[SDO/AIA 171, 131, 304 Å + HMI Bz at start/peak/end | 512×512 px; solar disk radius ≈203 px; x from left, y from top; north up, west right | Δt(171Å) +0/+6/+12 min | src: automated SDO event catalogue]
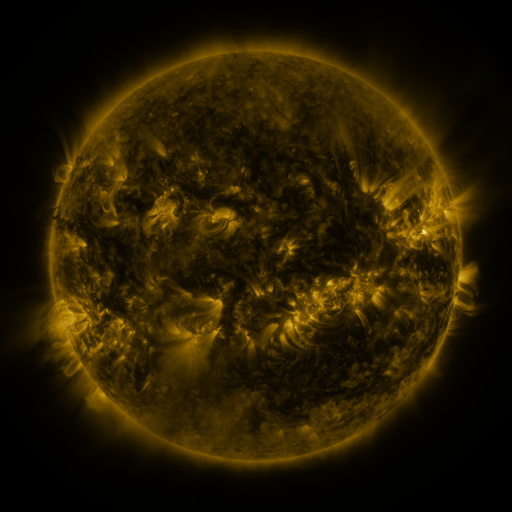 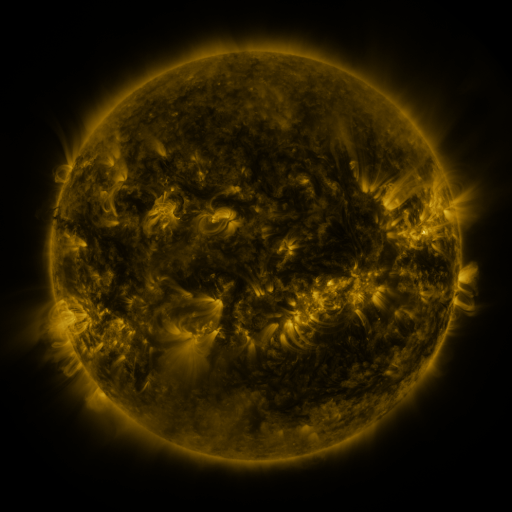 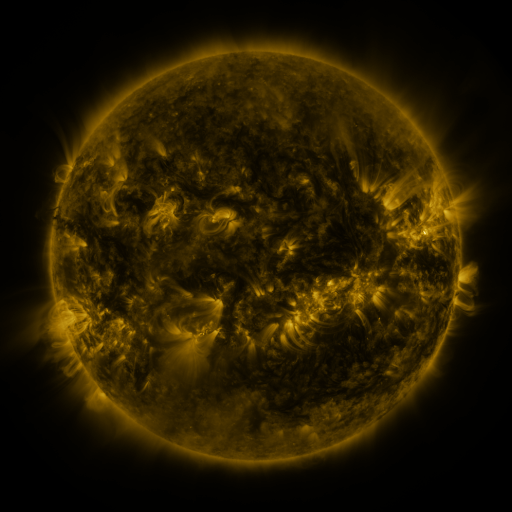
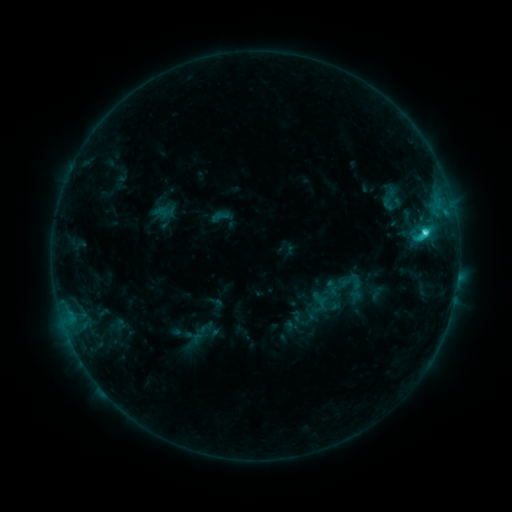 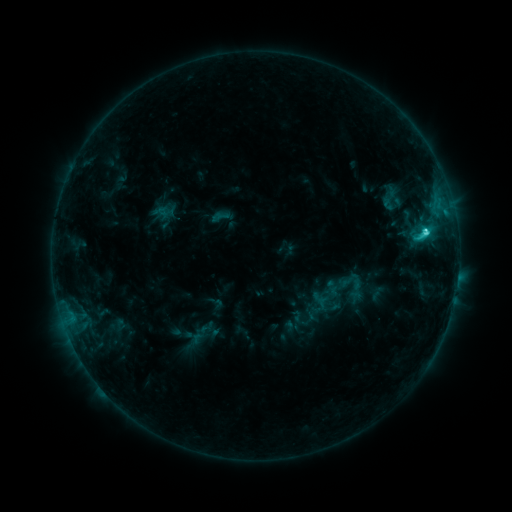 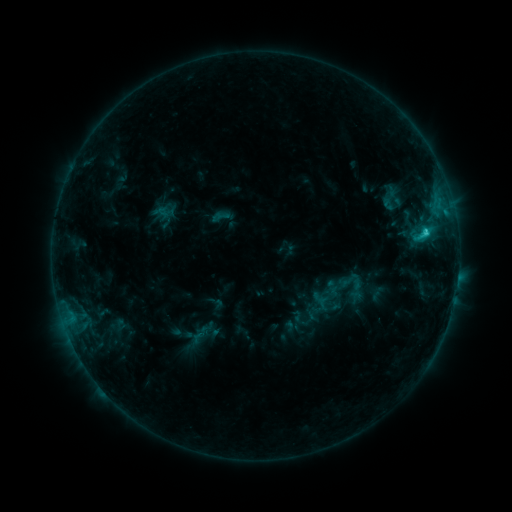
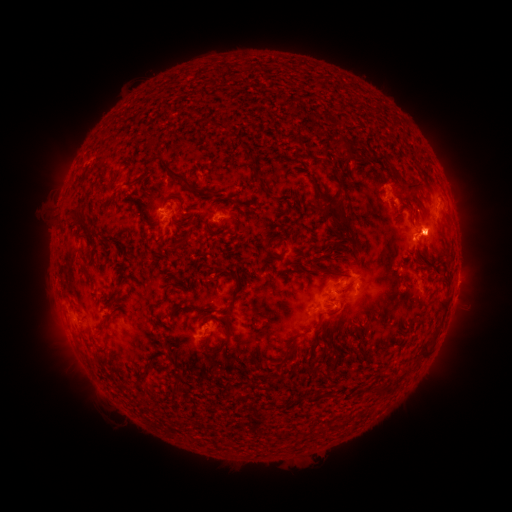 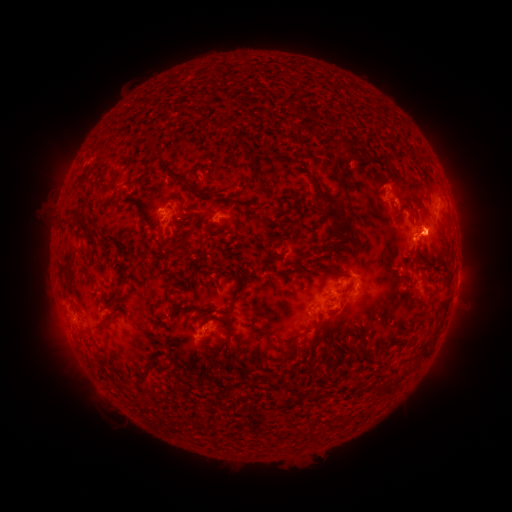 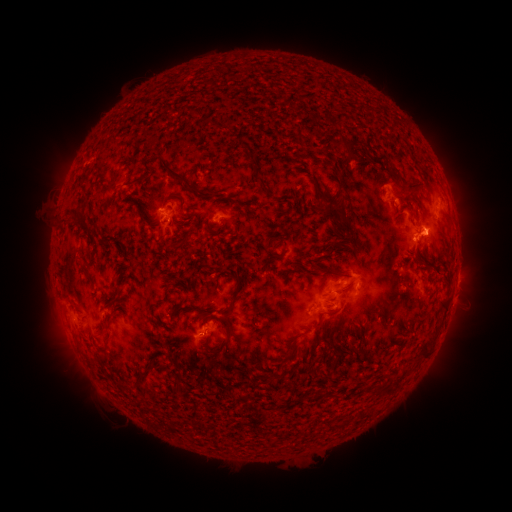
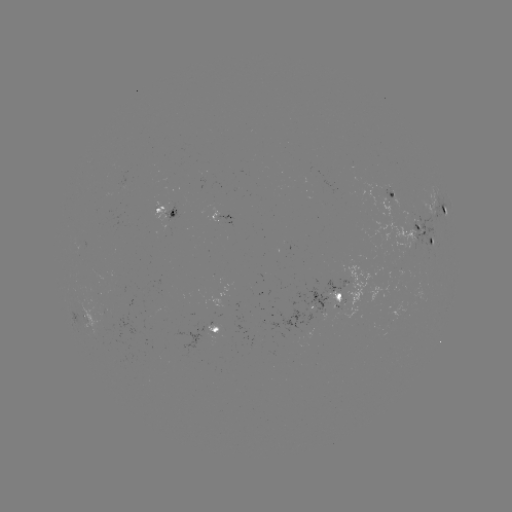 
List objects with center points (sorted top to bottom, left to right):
C2.9 flare: (423, 229)
